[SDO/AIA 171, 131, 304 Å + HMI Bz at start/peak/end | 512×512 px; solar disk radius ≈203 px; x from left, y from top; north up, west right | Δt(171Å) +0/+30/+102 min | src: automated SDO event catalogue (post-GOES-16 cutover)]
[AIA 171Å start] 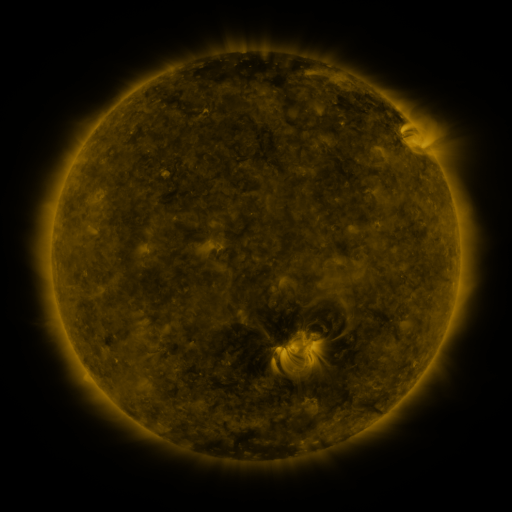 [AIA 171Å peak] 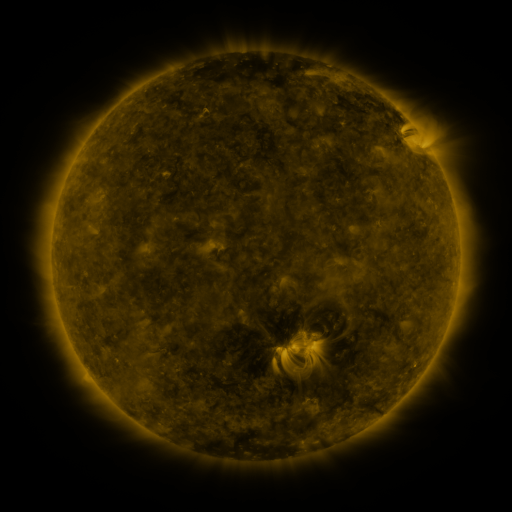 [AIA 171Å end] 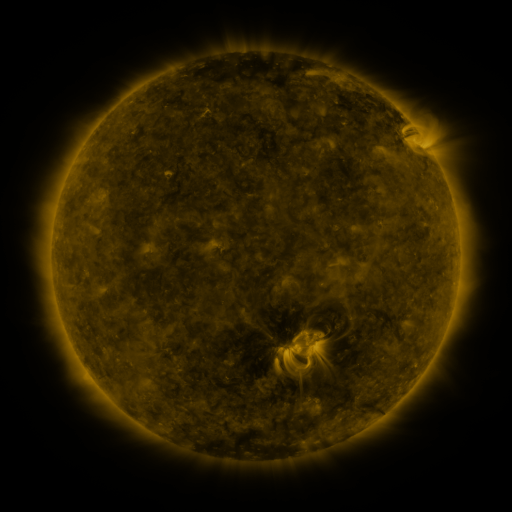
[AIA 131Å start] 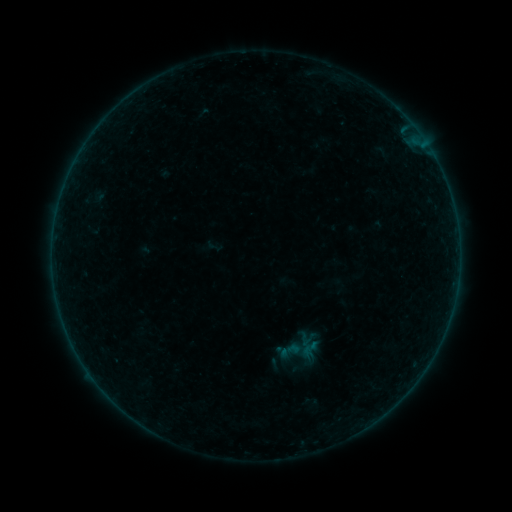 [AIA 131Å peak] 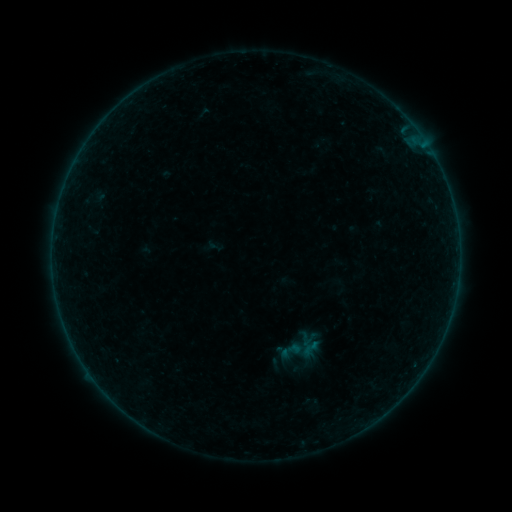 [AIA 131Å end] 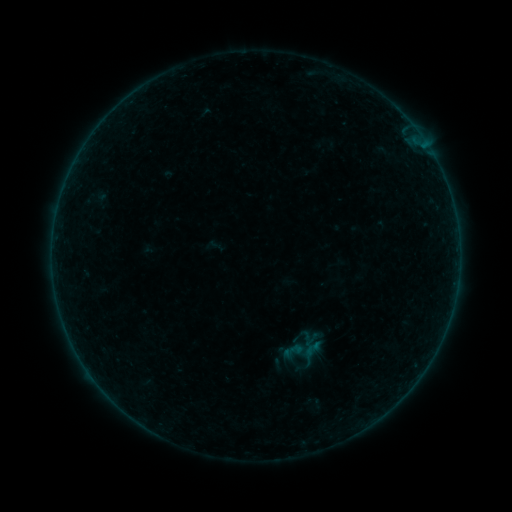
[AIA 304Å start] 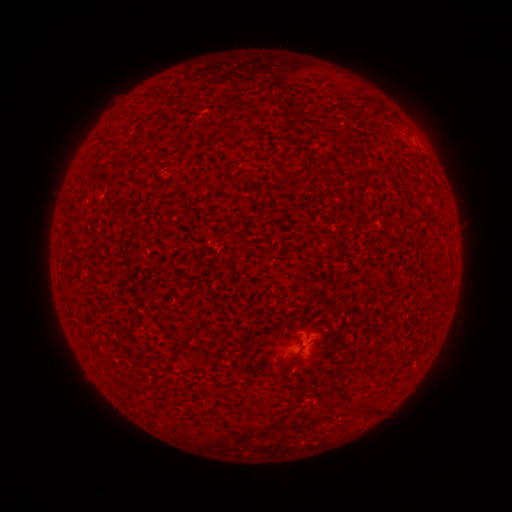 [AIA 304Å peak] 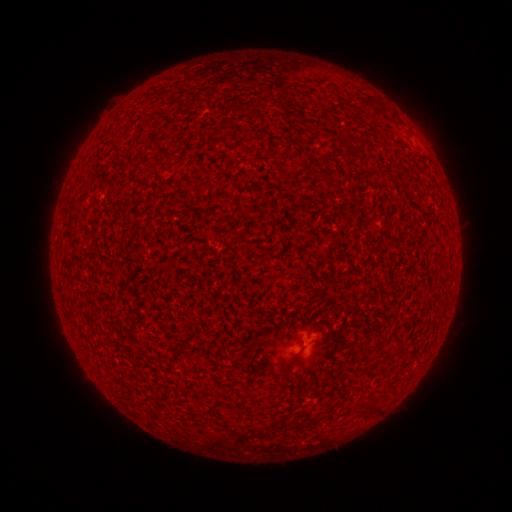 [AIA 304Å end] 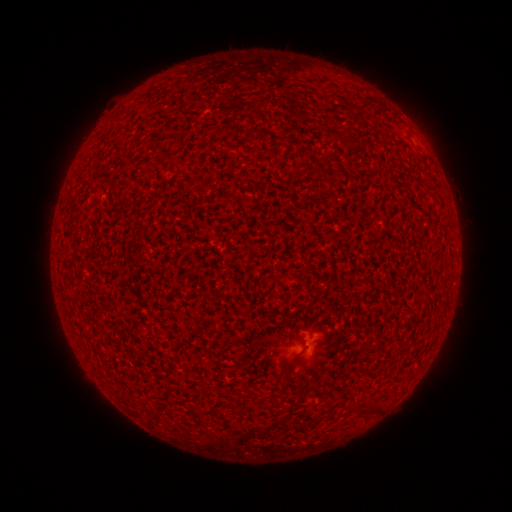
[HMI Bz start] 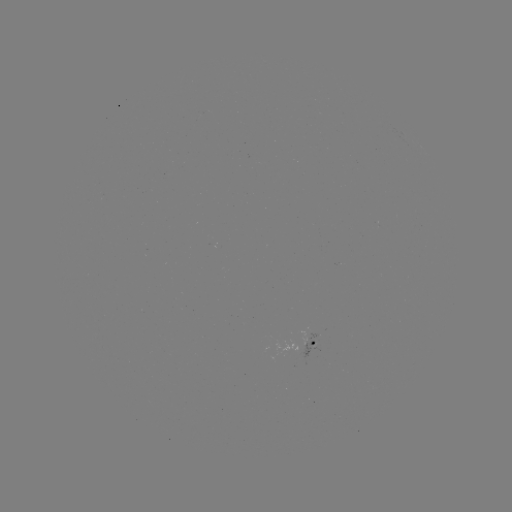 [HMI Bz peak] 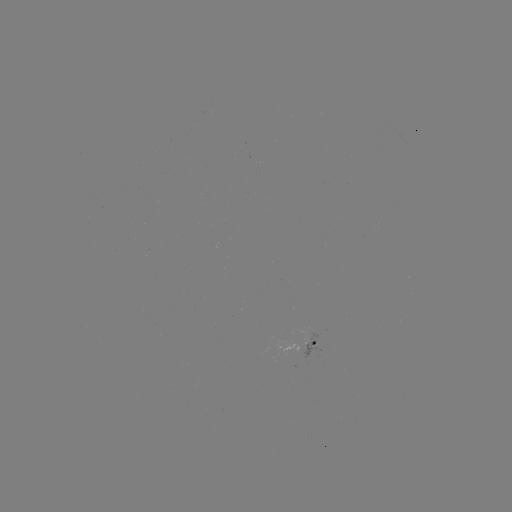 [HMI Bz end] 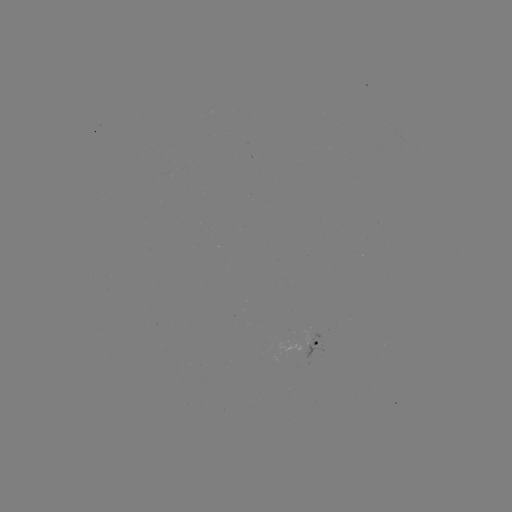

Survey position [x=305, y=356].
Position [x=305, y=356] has A3.5 flare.